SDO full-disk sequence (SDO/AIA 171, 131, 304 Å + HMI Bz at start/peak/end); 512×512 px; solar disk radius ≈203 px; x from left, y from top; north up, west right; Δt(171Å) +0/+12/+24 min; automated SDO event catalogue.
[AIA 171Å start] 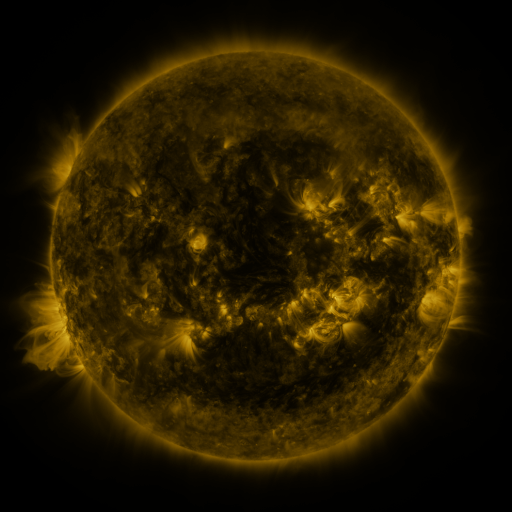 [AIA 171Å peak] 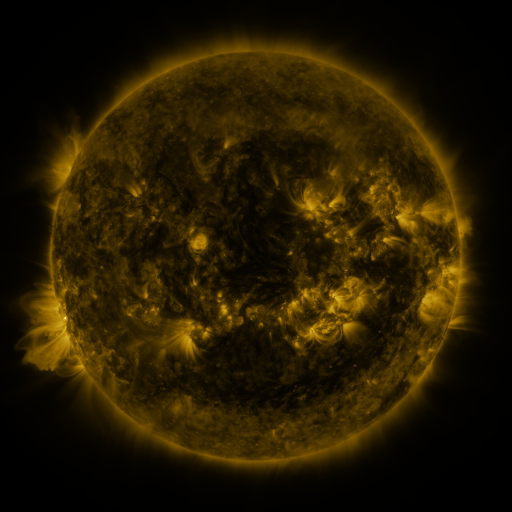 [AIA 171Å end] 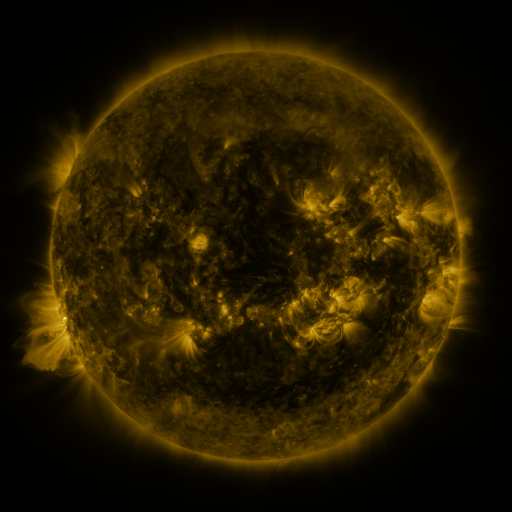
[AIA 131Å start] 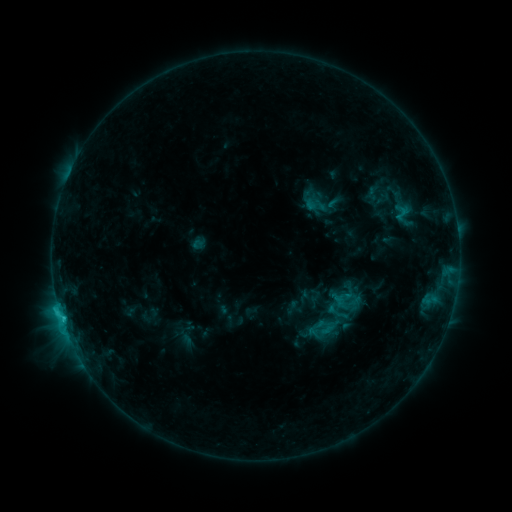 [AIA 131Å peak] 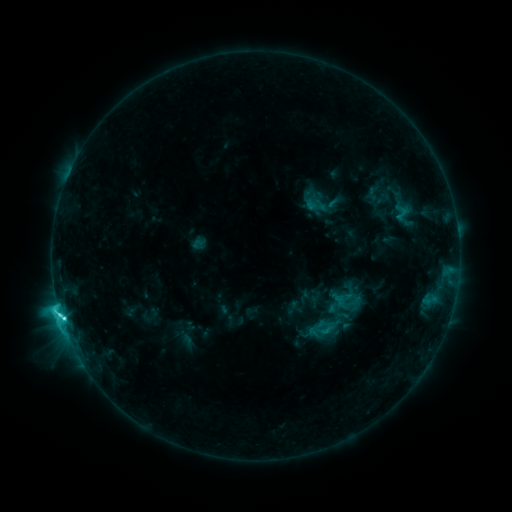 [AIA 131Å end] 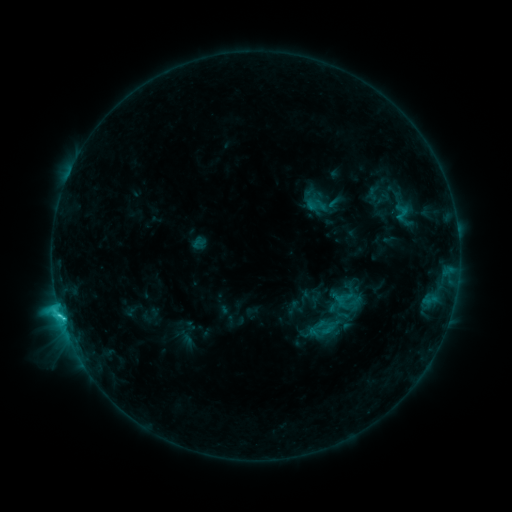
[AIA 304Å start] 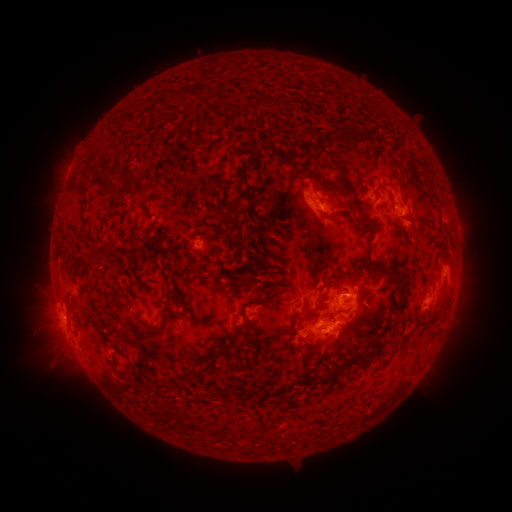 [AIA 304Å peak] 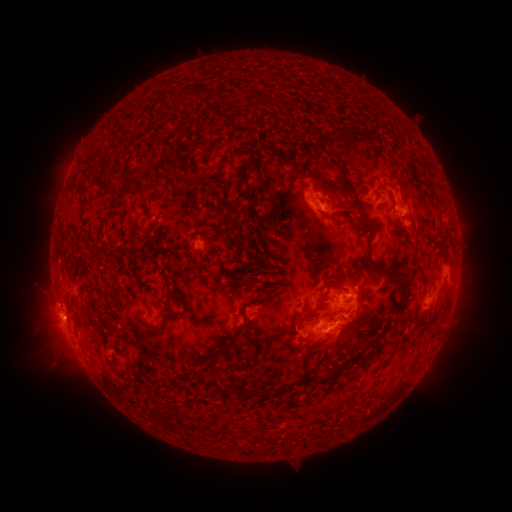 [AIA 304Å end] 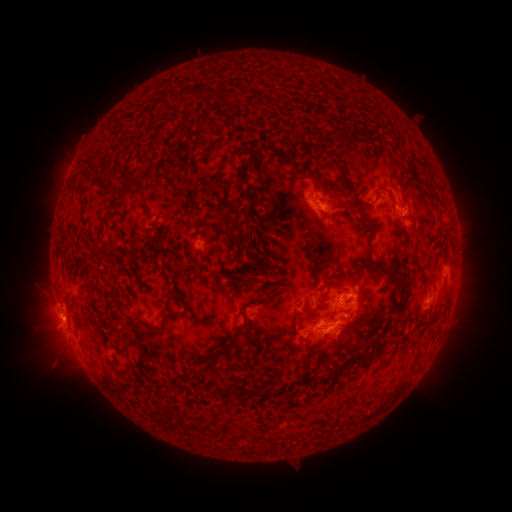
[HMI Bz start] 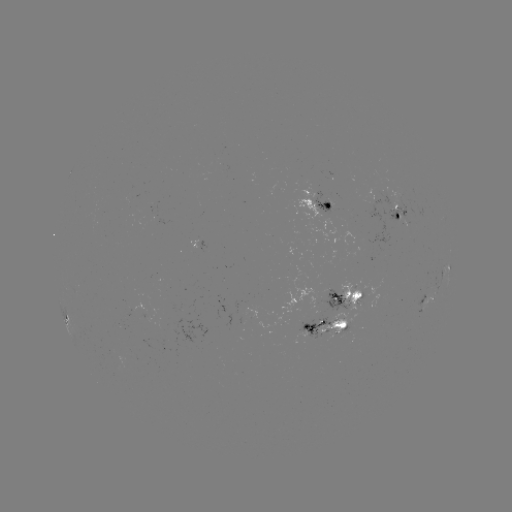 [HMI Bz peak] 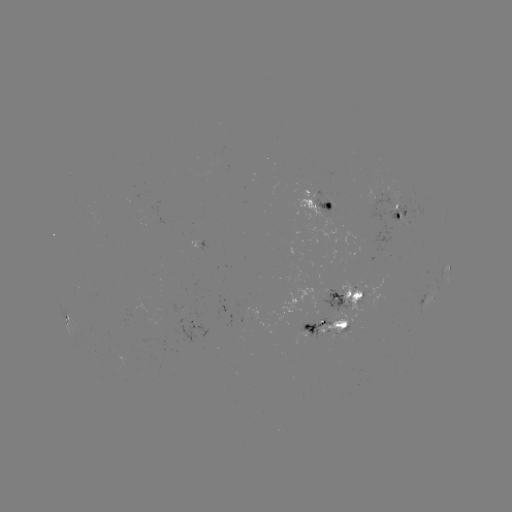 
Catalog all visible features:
C5.1 flare: (62, 315)
